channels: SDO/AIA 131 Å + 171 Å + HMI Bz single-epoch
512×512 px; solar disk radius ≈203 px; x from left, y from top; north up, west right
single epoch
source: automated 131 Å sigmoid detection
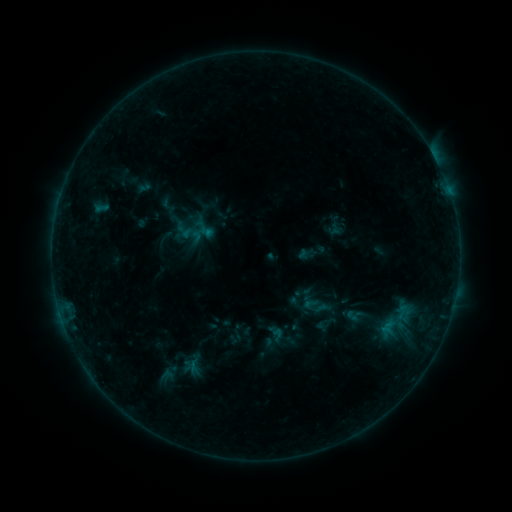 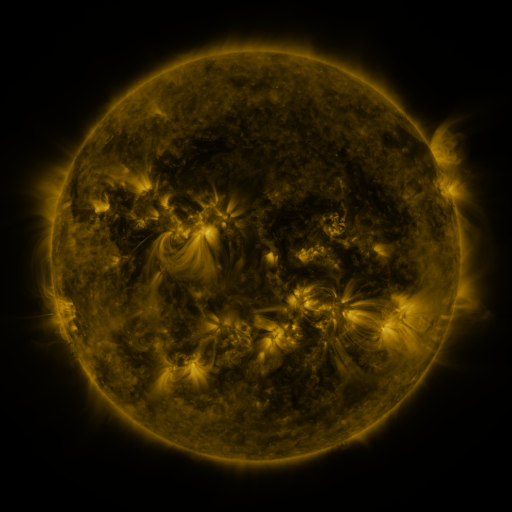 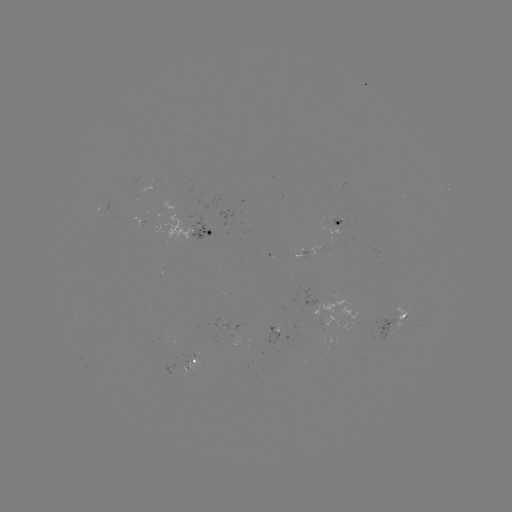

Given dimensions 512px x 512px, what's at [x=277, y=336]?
sigmoid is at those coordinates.